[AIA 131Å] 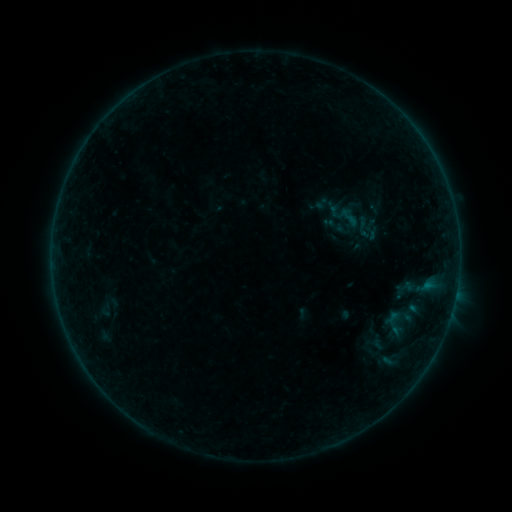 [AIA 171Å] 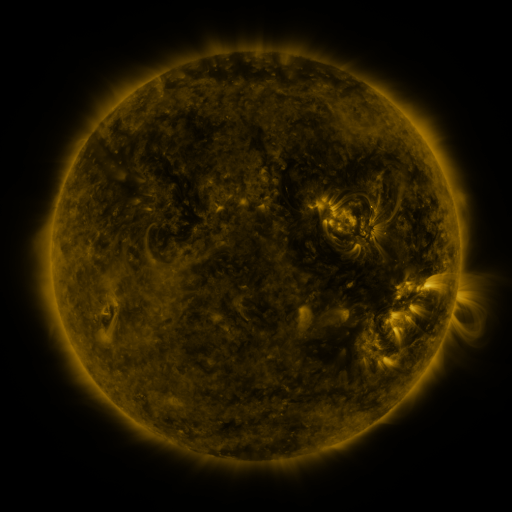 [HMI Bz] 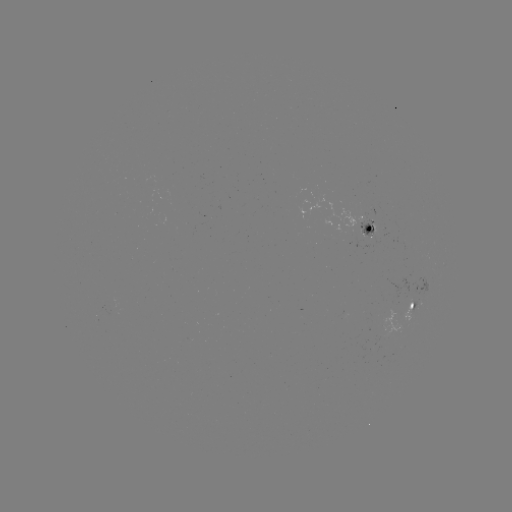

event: sigmoid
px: (364, 227)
